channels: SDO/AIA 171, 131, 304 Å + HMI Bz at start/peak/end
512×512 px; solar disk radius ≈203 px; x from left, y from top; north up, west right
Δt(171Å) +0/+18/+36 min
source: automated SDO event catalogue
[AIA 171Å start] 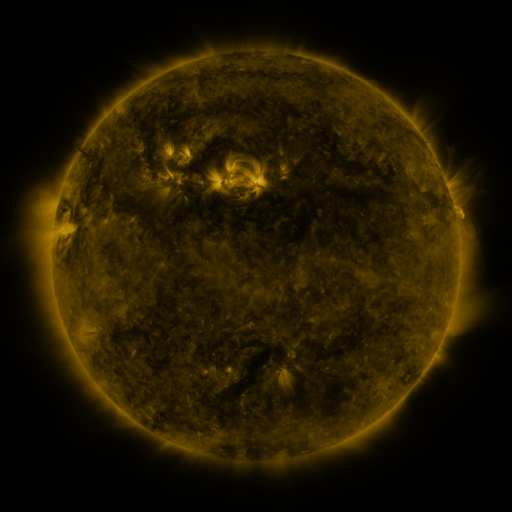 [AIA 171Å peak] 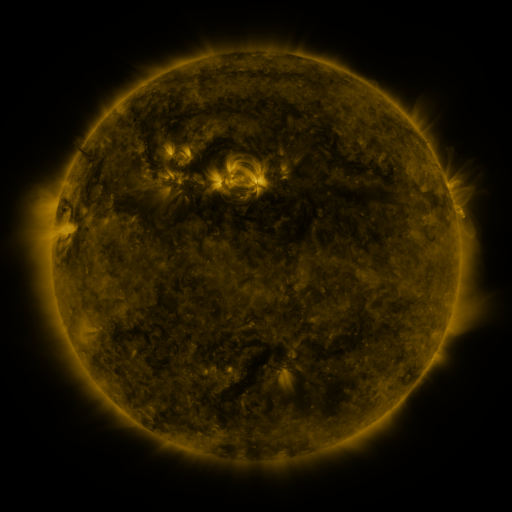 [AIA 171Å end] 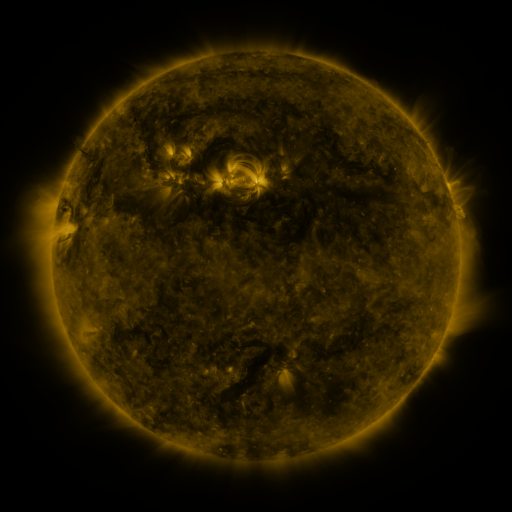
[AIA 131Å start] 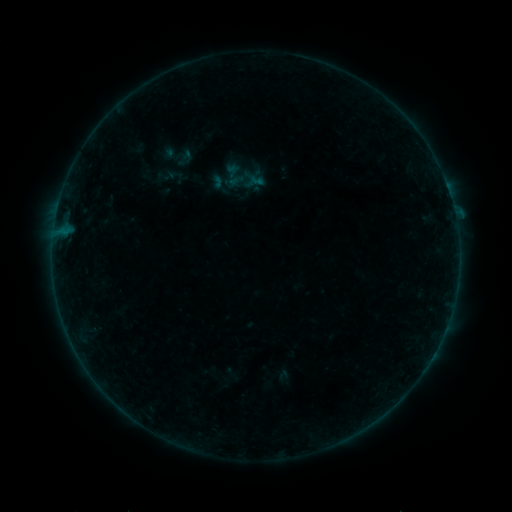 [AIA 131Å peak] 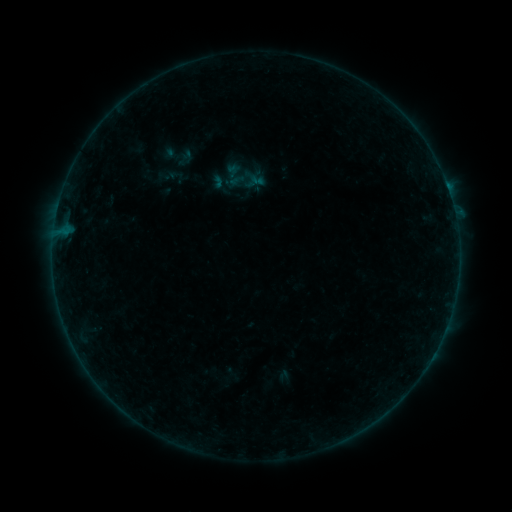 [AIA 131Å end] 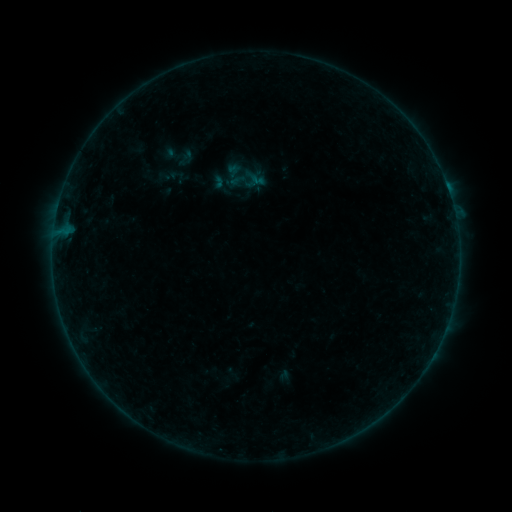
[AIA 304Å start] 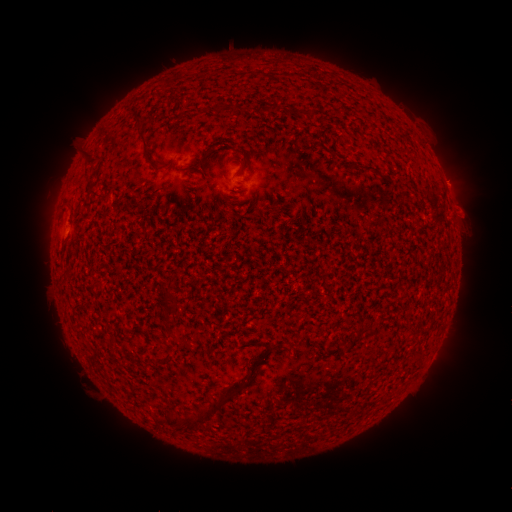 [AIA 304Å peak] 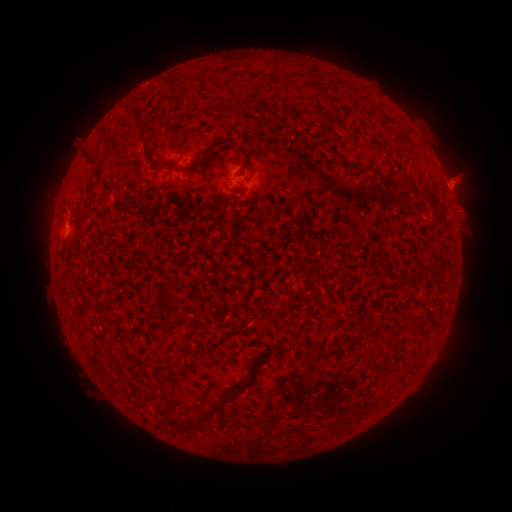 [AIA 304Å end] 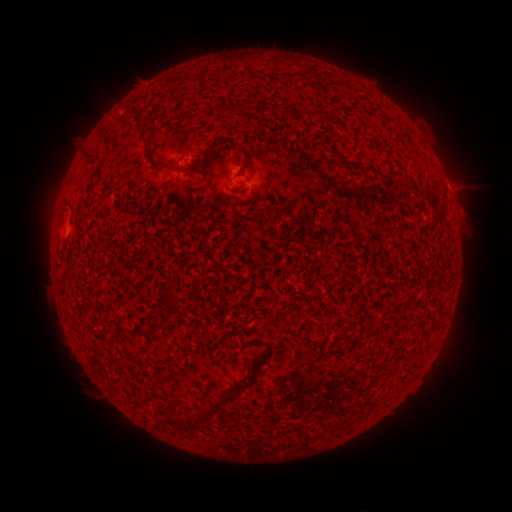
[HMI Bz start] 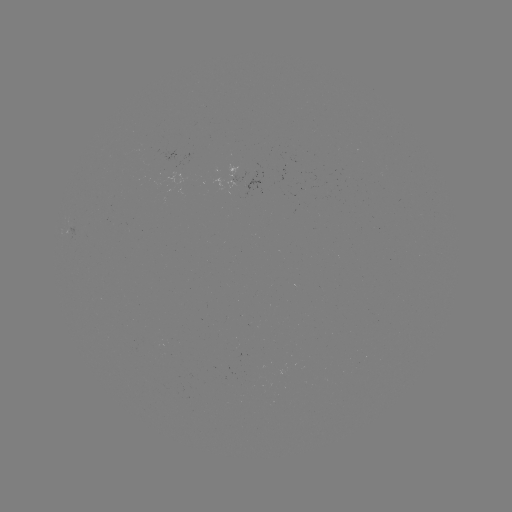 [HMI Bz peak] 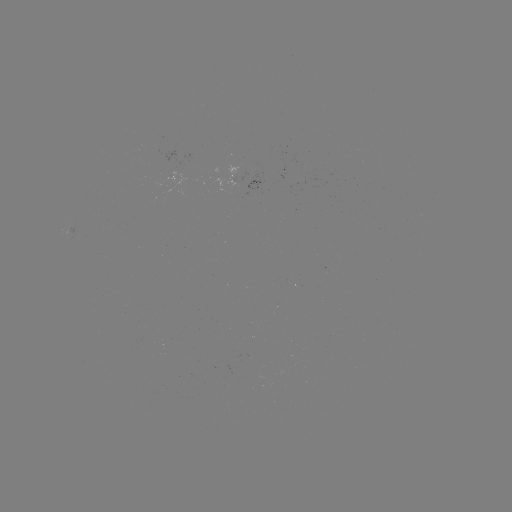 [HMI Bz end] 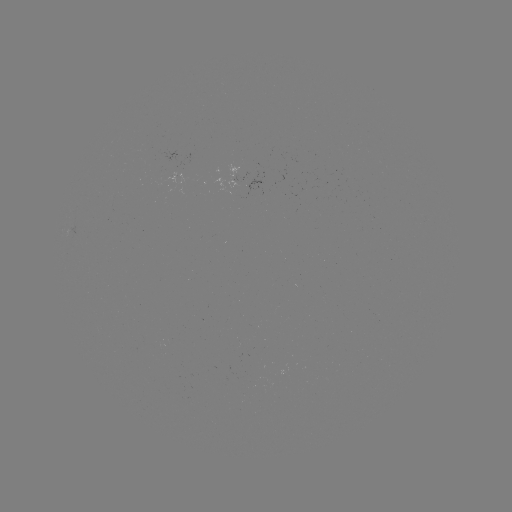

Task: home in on eruption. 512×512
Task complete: [460, 182].